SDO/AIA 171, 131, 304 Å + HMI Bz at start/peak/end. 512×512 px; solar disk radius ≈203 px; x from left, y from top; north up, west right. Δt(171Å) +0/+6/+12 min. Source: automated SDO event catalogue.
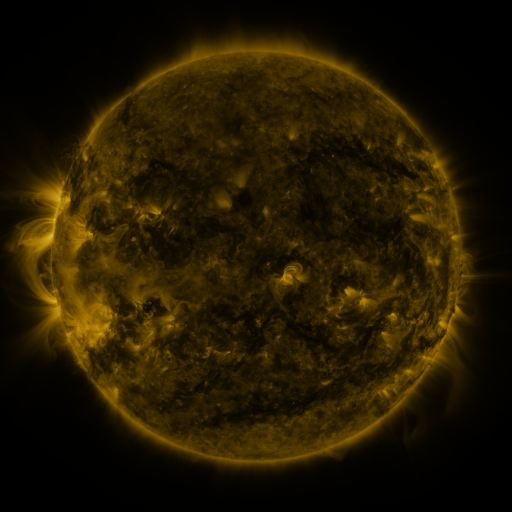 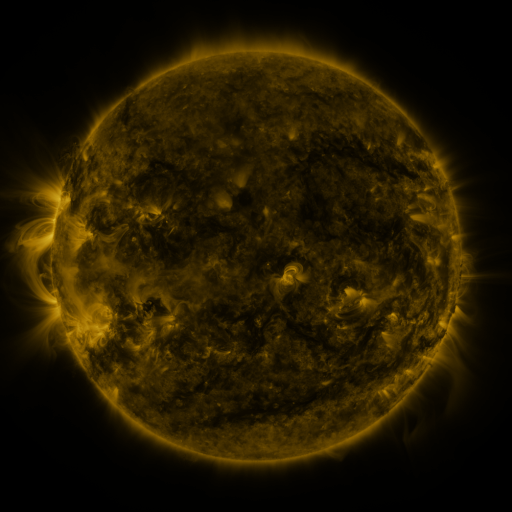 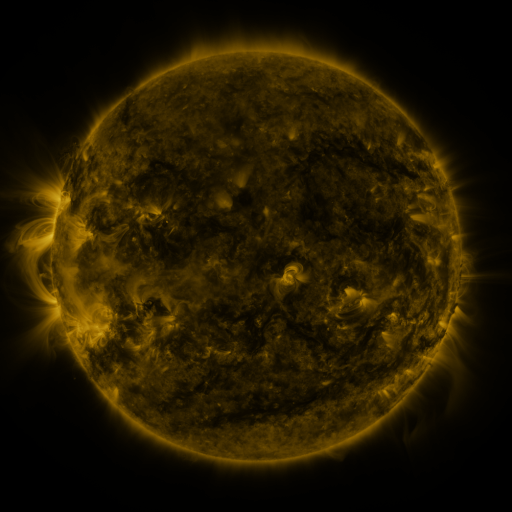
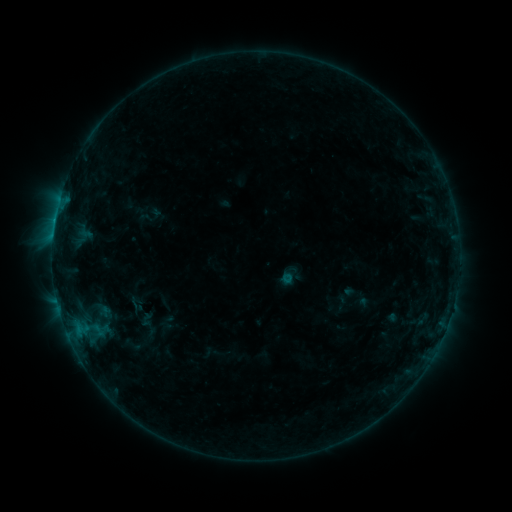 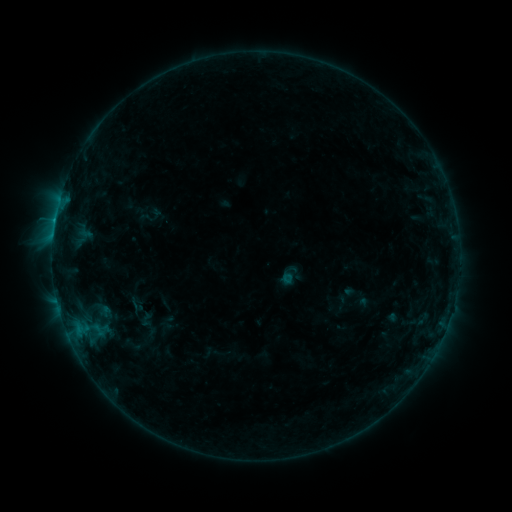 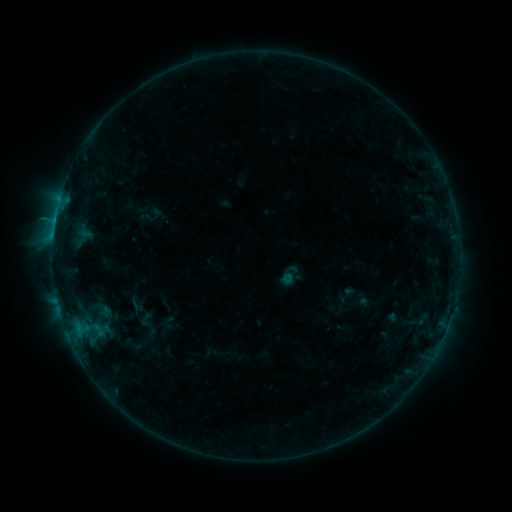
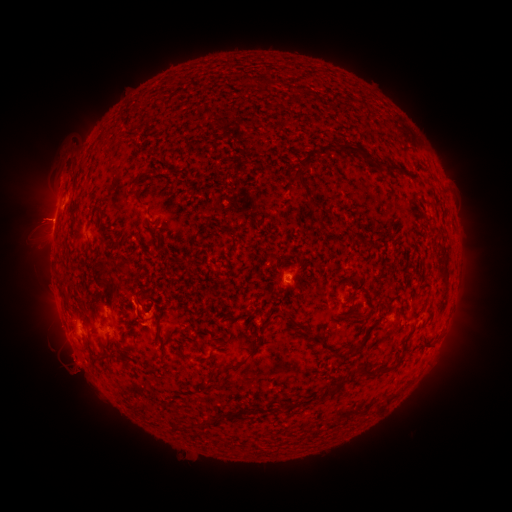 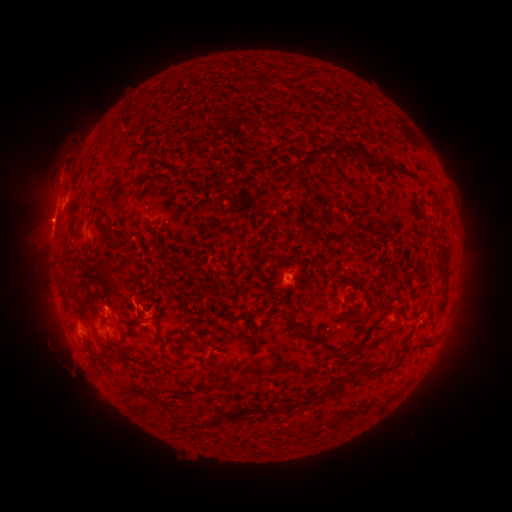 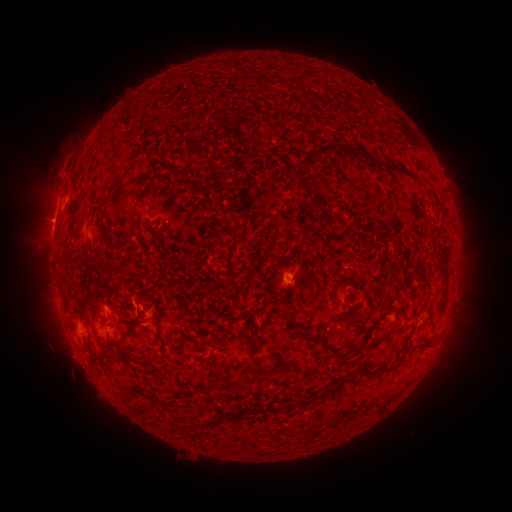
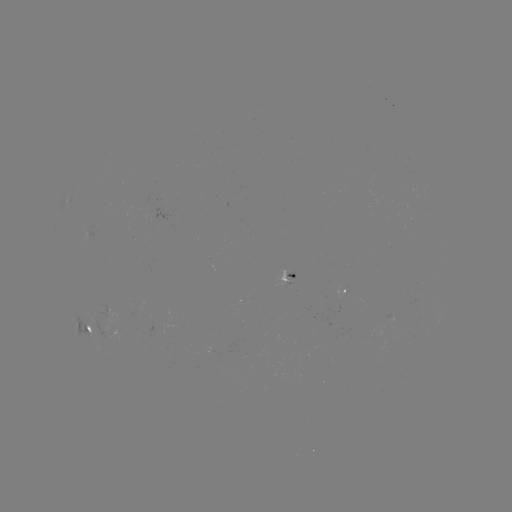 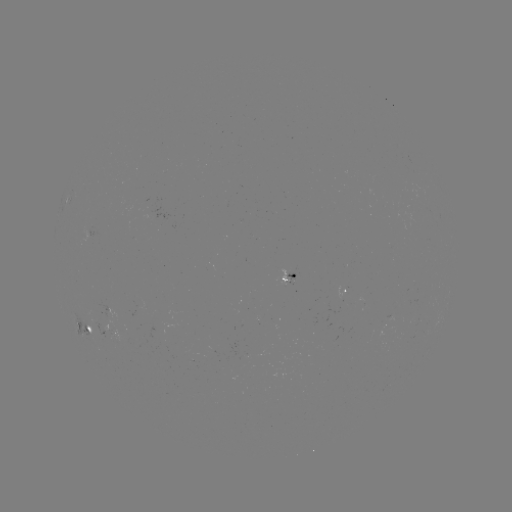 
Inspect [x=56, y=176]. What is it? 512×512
eruption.